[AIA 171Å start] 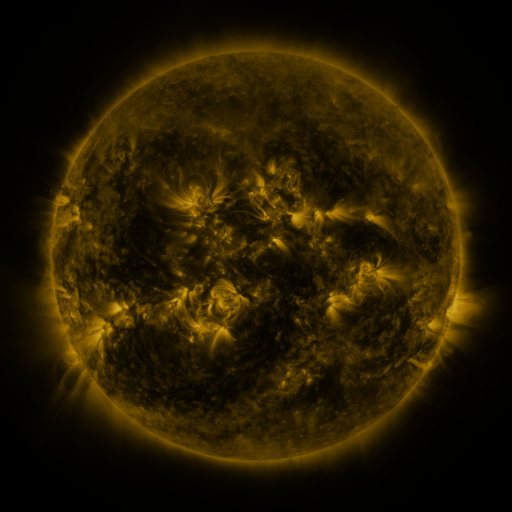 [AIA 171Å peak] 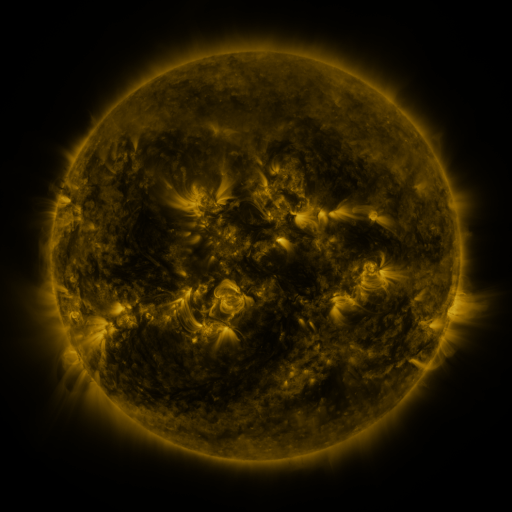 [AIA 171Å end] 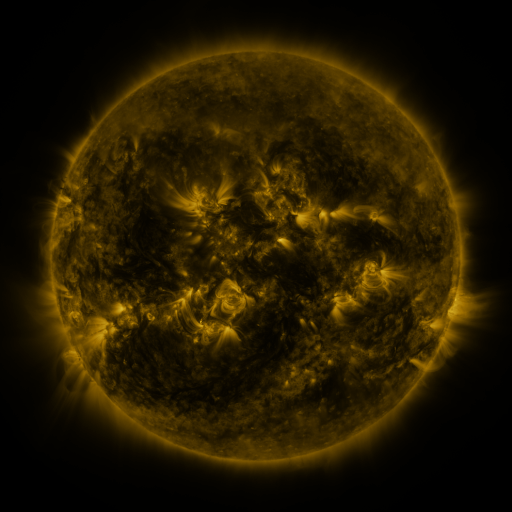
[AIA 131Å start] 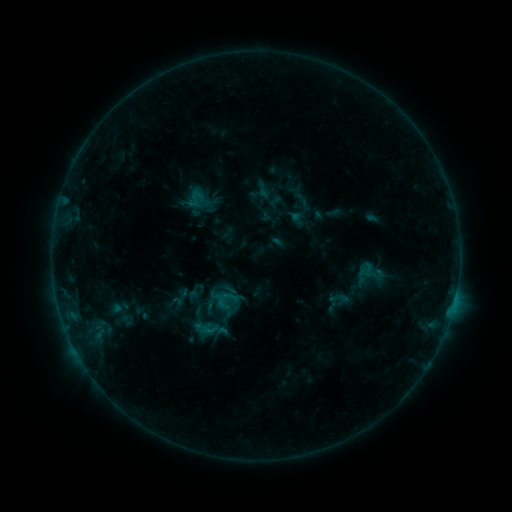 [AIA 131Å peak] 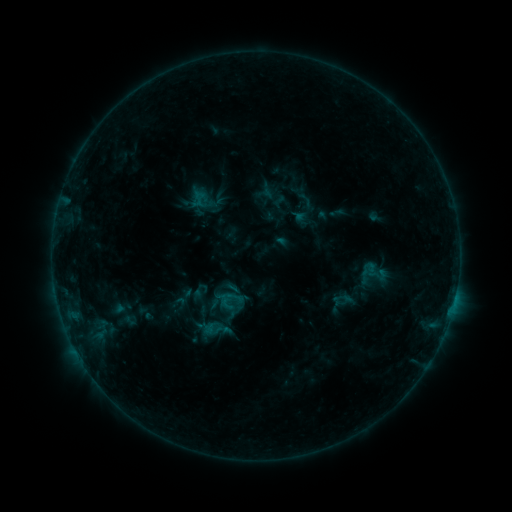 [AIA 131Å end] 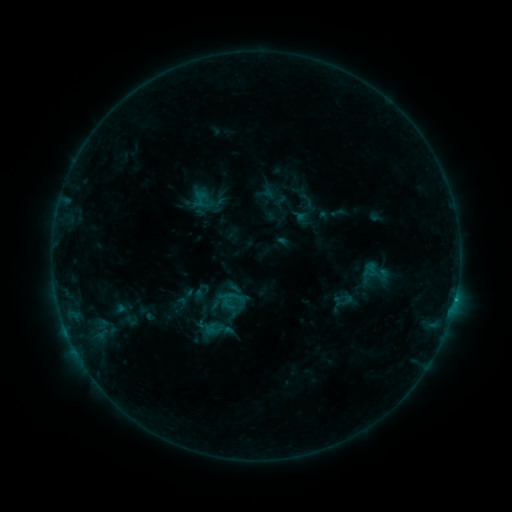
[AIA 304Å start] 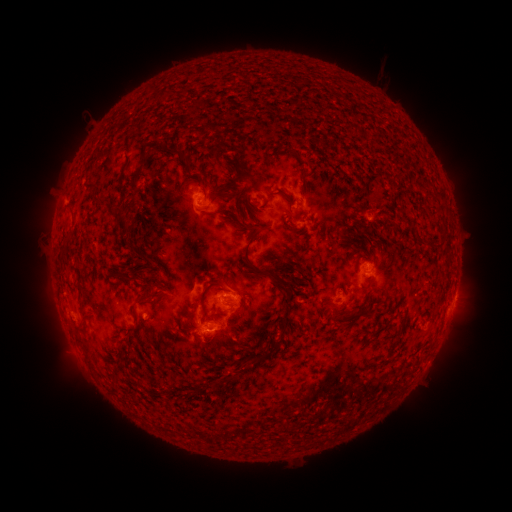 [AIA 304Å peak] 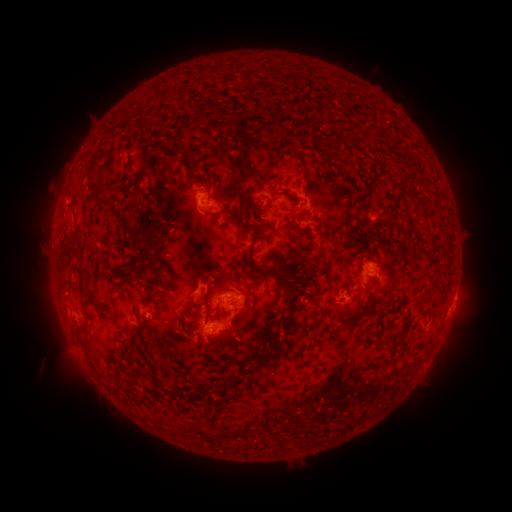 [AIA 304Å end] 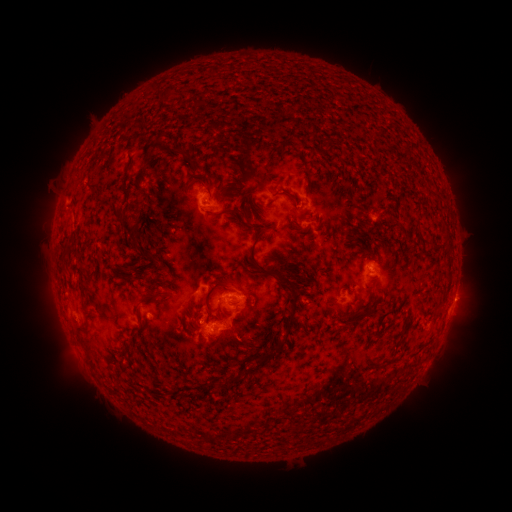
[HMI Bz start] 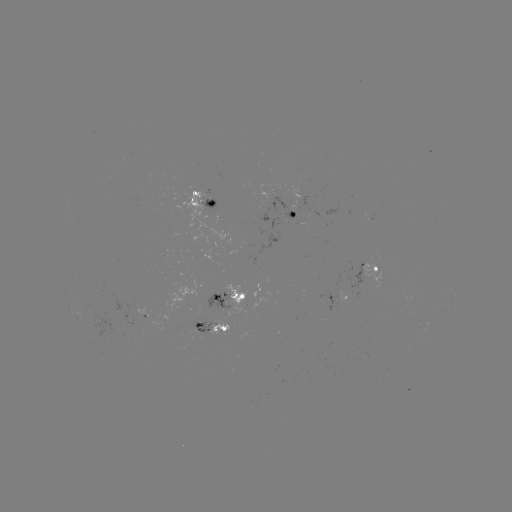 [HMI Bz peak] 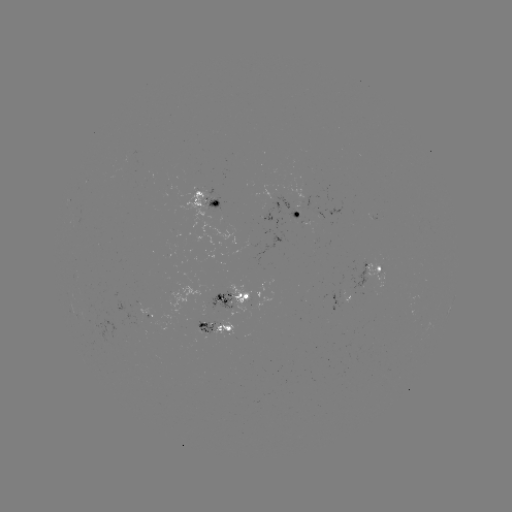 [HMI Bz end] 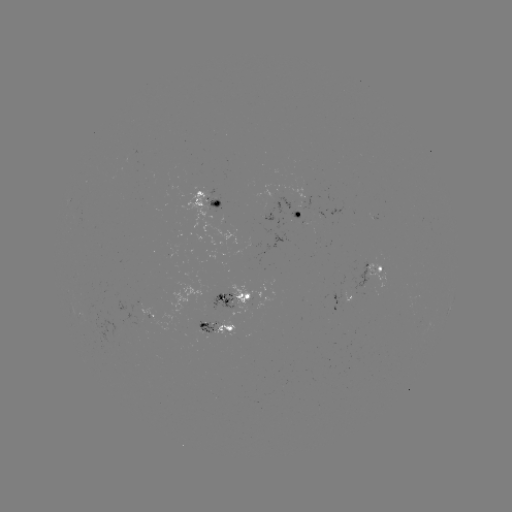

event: emerging-flux region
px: (301, 196)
